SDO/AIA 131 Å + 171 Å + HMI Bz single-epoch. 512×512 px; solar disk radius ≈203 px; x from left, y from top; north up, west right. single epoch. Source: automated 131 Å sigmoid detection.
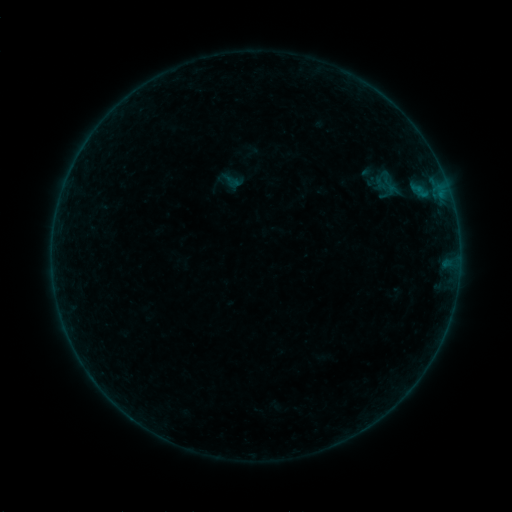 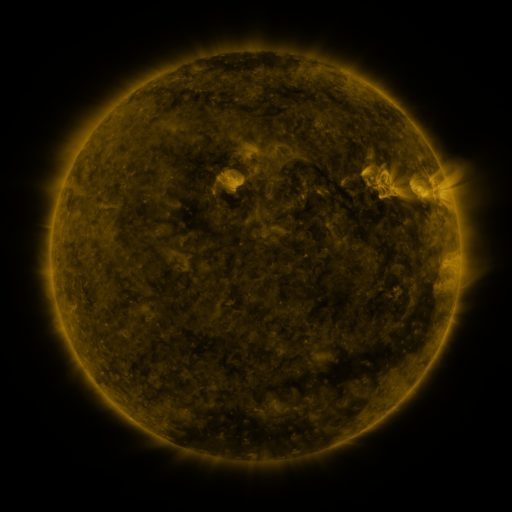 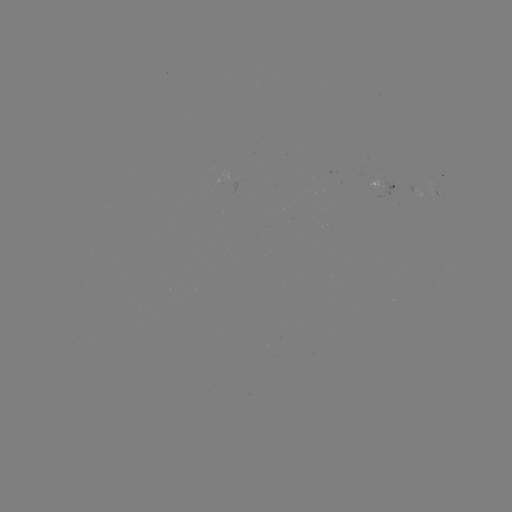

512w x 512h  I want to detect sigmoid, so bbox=[374, 173, 404, 198].